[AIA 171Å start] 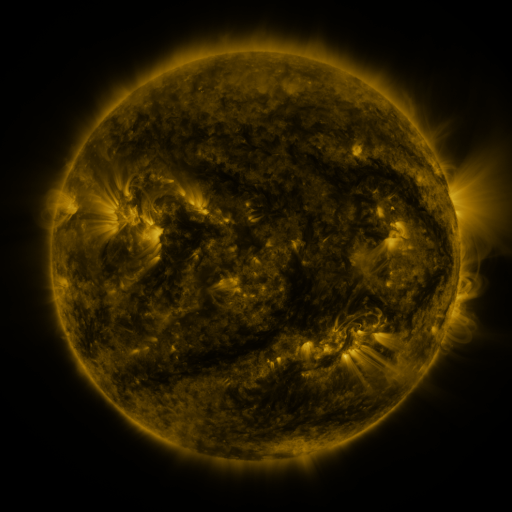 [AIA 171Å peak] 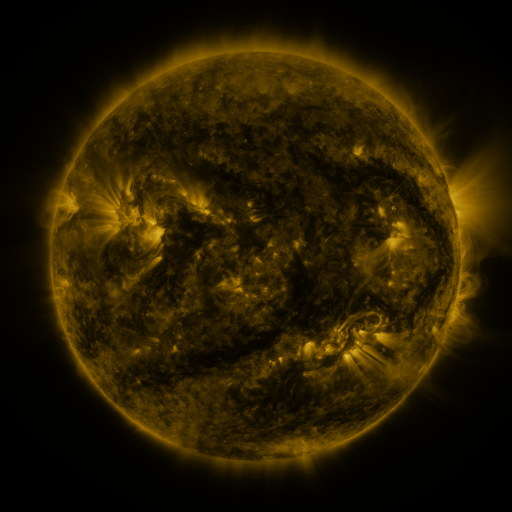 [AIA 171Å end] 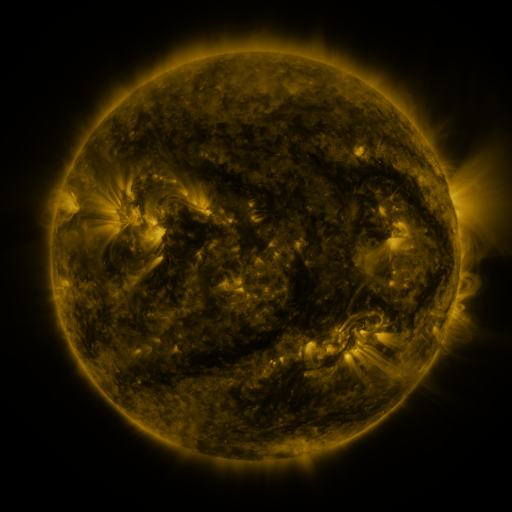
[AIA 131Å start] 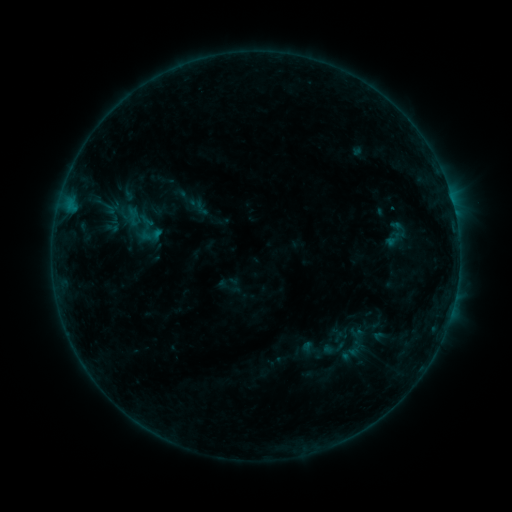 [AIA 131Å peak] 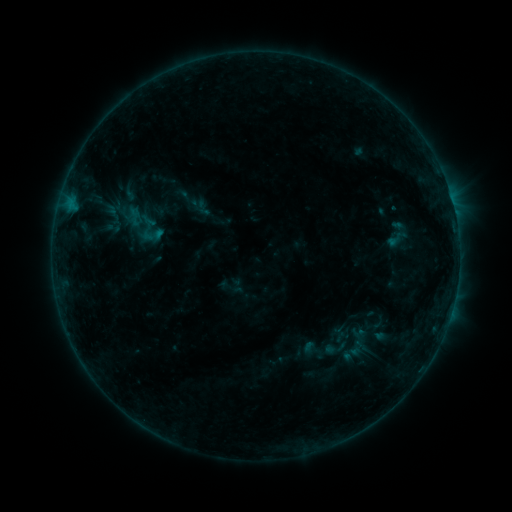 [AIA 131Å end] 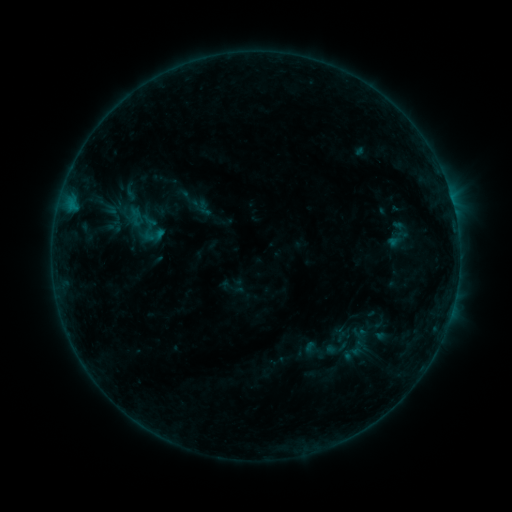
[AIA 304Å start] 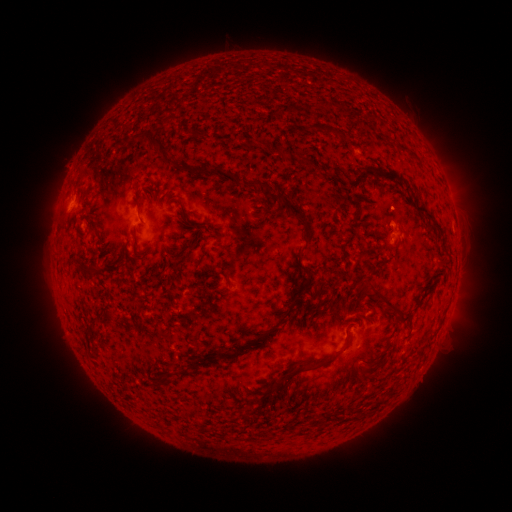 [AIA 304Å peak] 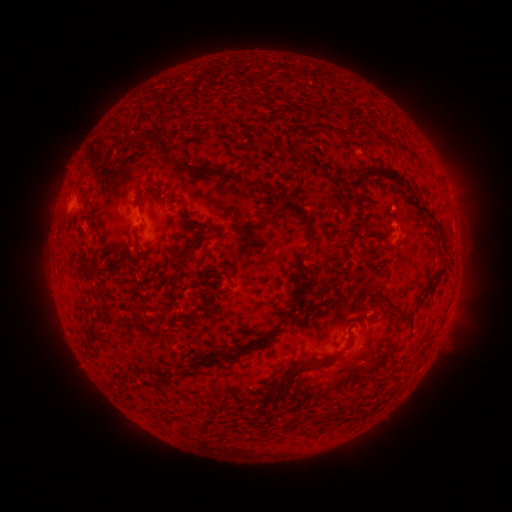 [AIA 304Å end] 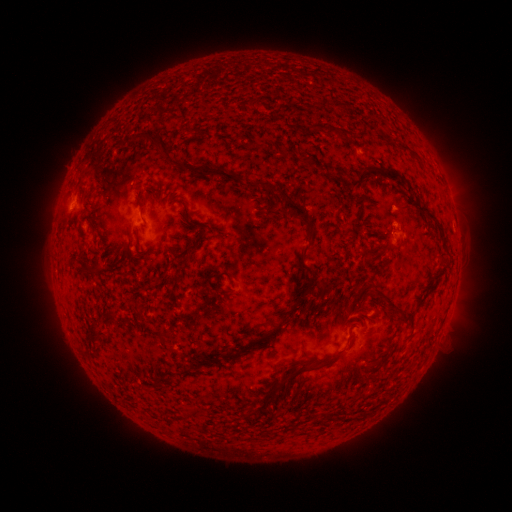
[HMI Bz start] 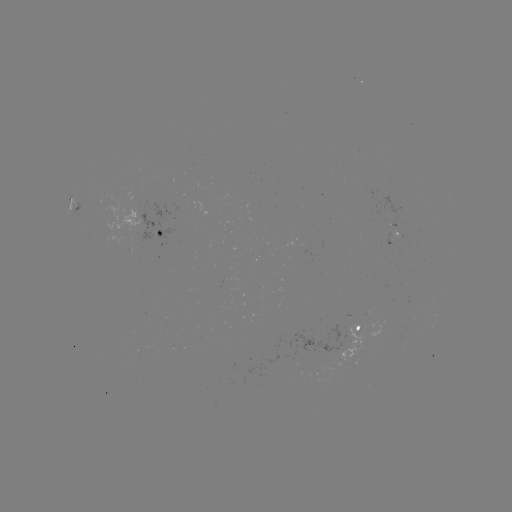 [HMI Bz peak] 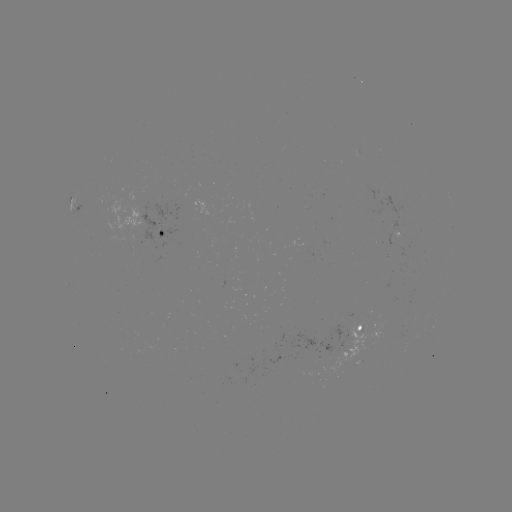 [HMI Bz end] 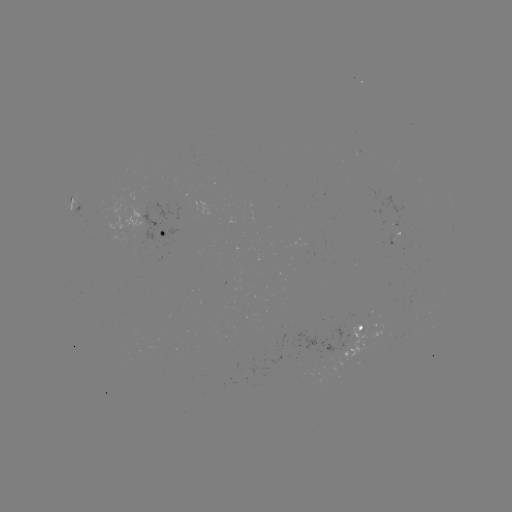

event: emerging-flux region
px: (305, 361)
